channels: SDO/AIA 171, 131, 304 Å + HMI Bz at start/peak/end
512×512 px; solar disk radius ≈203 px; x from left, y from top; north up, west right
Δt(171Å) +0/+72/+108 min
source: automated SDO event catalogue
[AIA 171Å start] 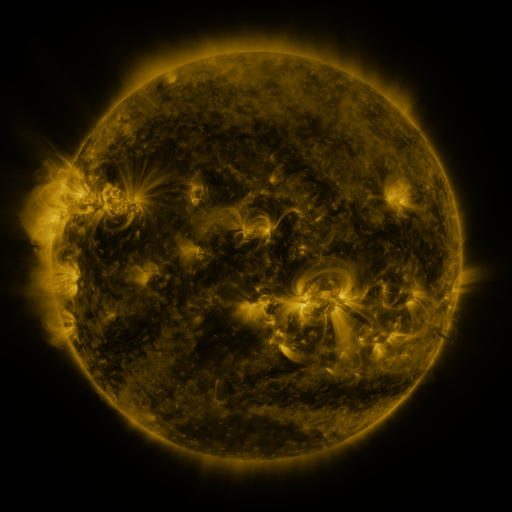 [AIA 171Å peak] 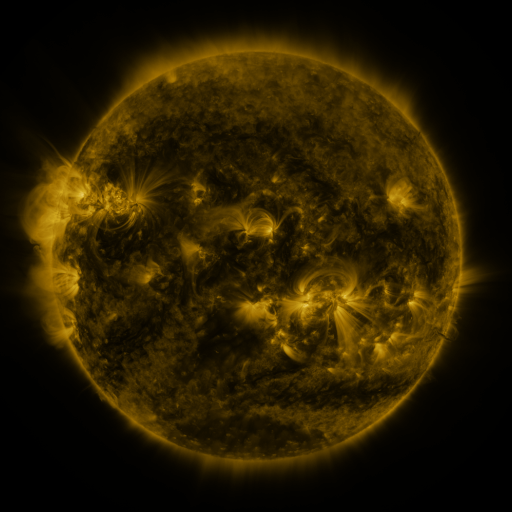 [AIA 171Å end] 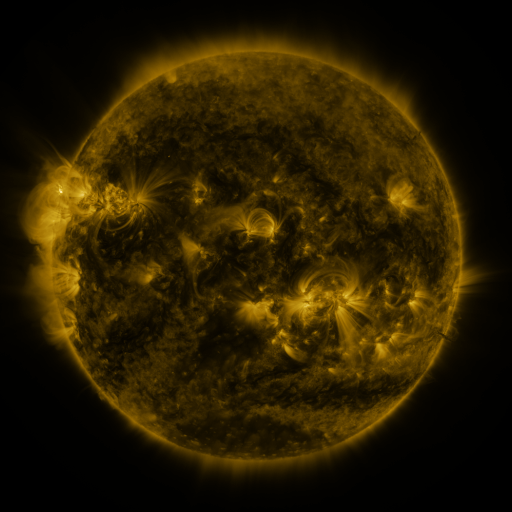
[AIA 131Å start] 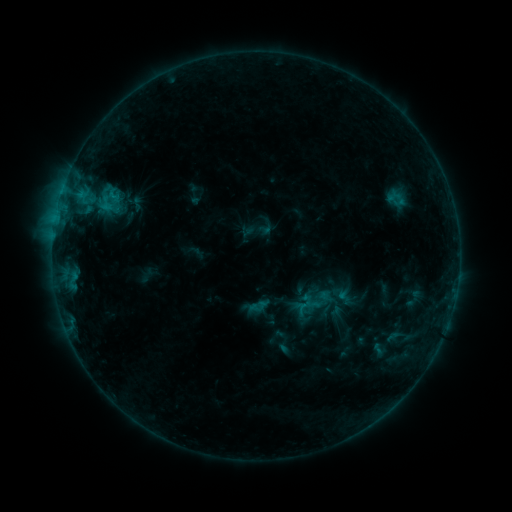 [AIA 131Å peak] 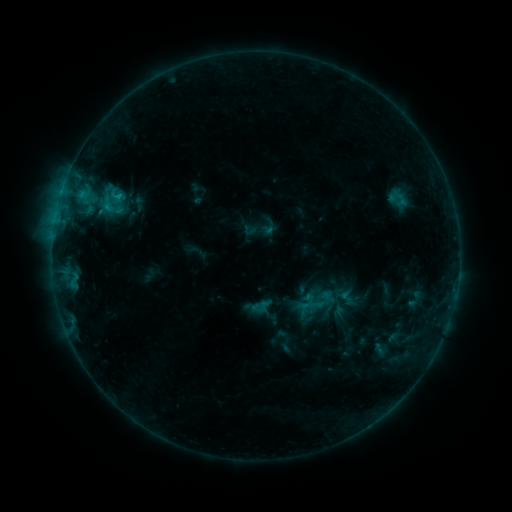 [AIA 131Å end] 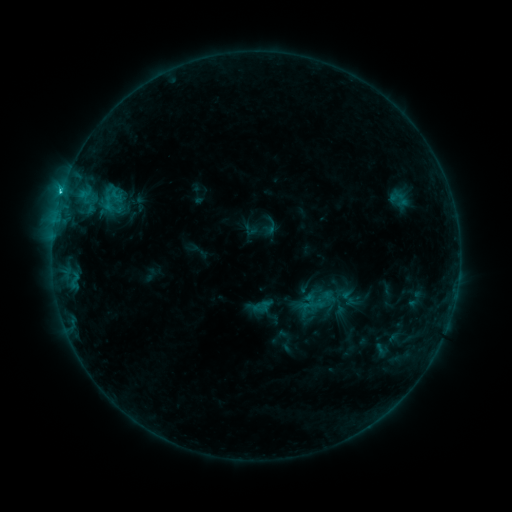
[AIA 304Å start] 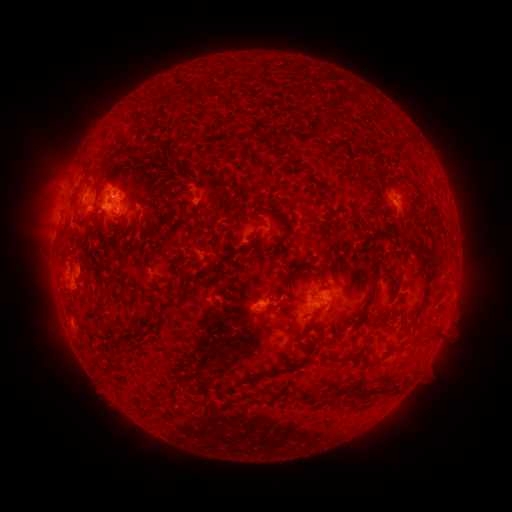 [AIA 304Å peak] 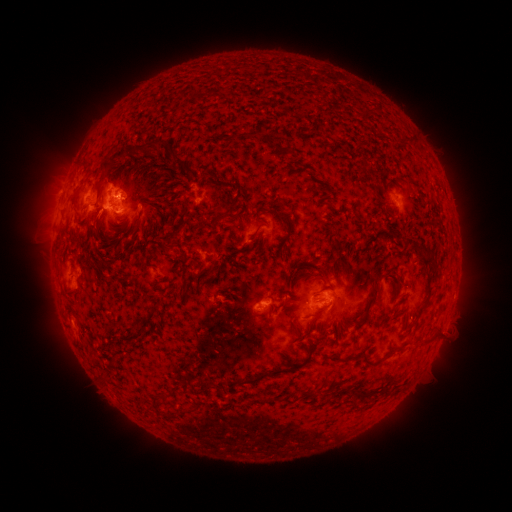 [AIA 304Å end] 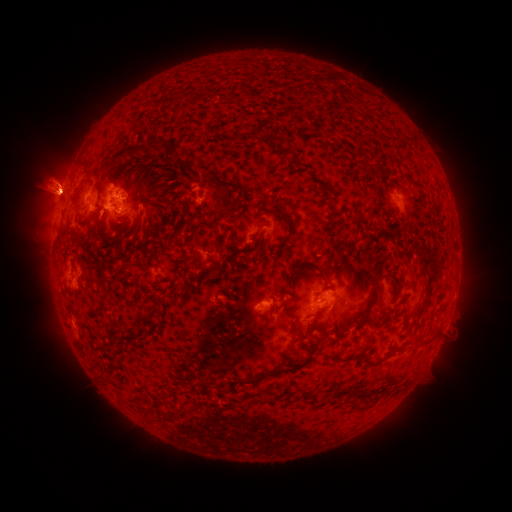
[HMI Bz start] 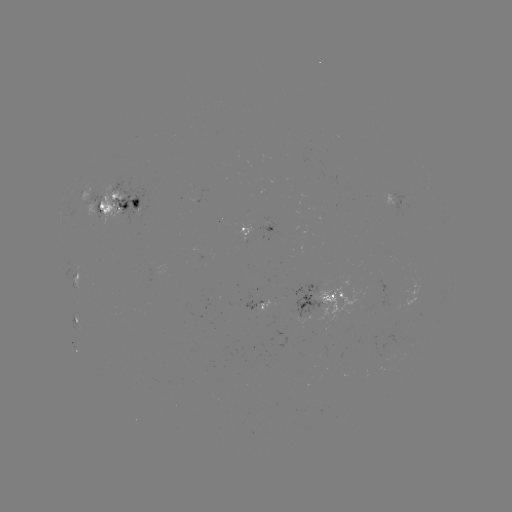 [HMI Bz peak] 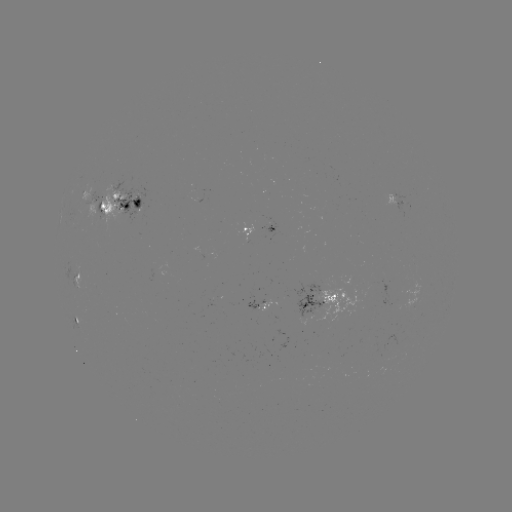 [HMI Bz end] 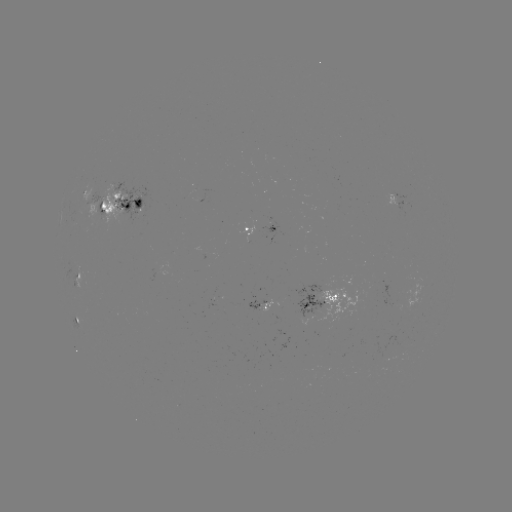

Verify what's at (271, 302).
emerging-flux region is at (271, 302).